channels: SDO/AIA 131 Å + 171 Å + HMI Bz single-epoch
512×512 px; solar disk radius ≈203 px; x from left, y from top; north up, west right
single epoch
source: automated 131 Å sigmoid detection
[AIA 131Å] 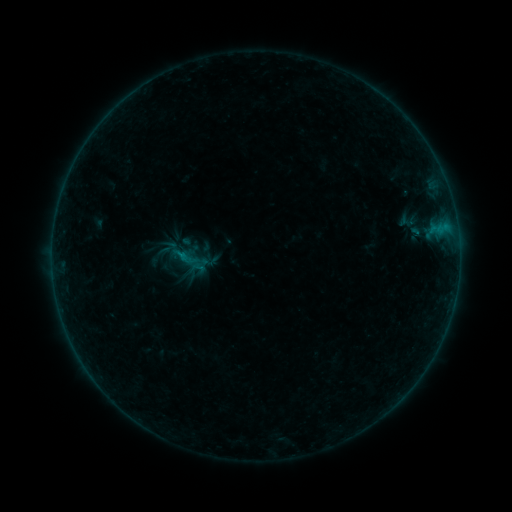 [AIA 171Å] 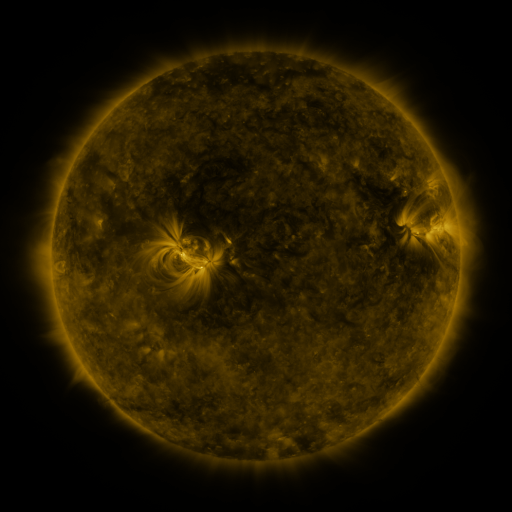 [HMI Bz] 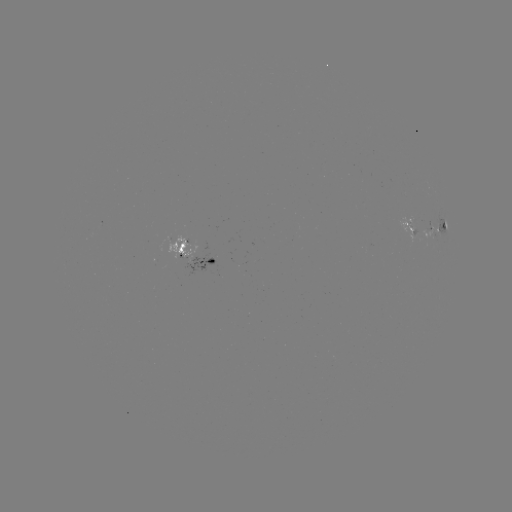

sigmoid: (173, 244, 203, 278)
